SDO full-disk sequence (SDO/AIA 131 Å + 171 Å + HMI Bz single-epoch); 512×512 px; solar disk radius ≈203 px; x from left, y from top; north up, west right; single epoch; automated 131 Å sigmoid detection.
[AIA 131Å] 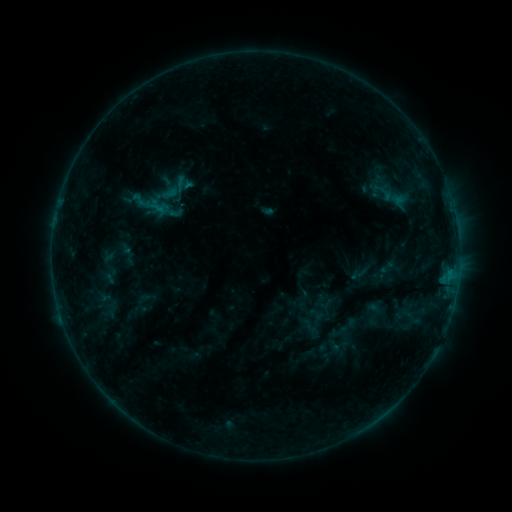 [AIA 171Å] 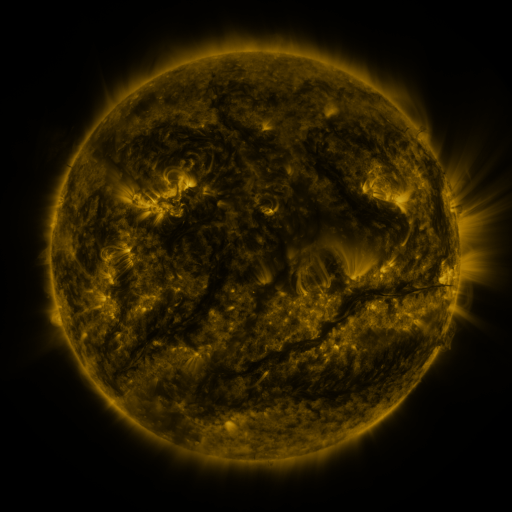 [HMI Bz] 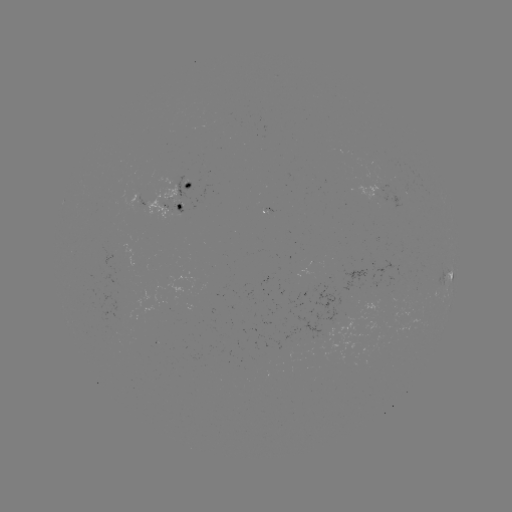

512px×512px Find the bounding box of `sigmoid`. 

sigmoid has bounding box [131, 190, 151, 211].